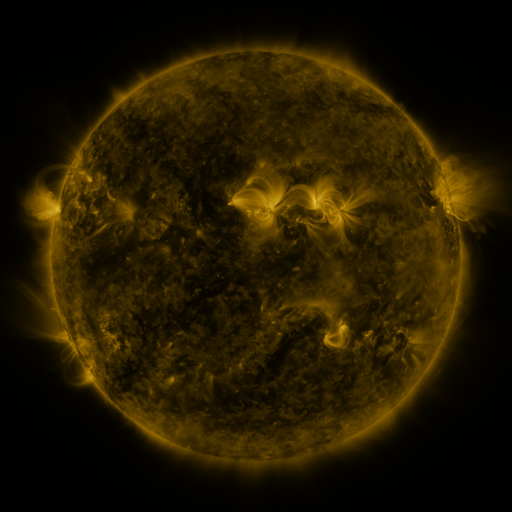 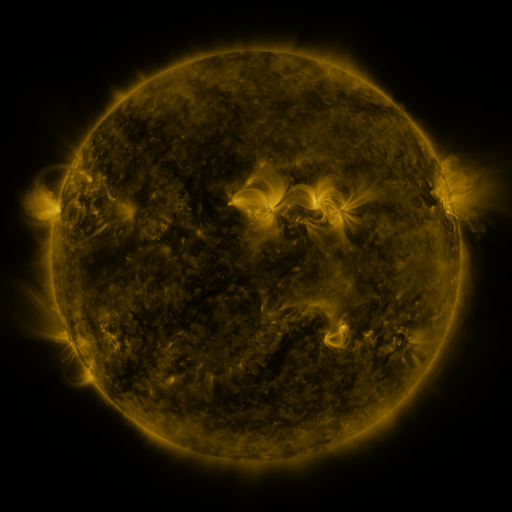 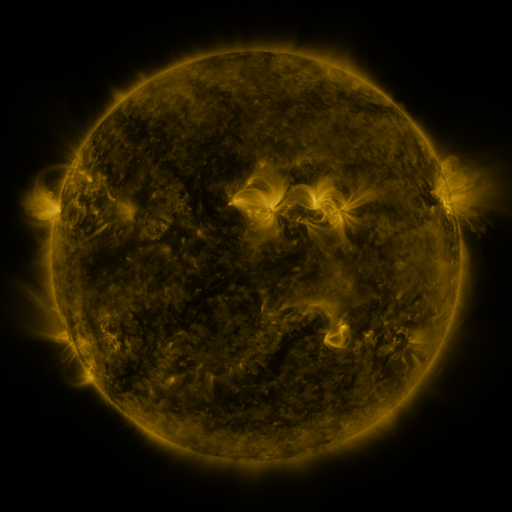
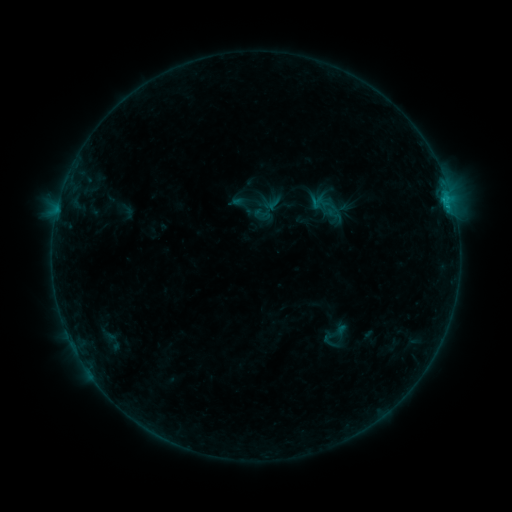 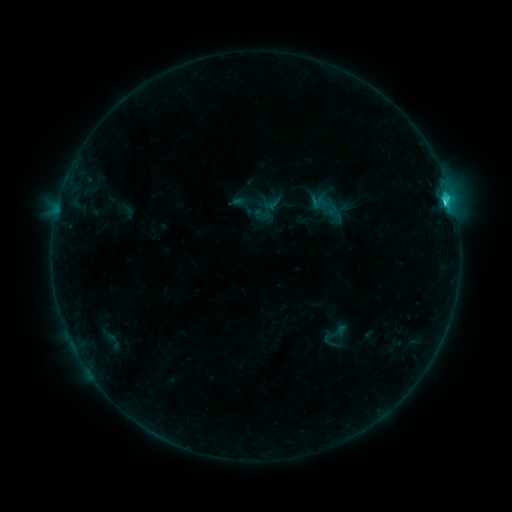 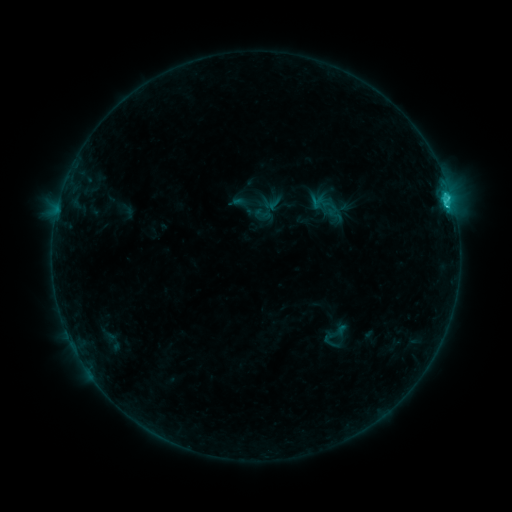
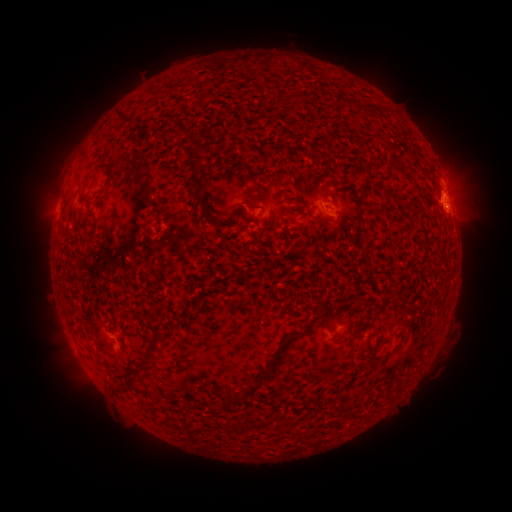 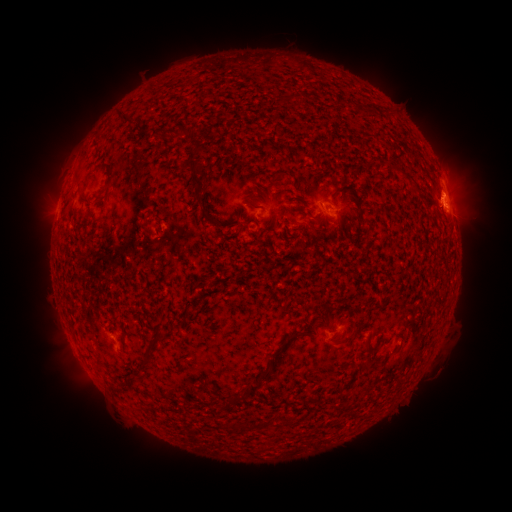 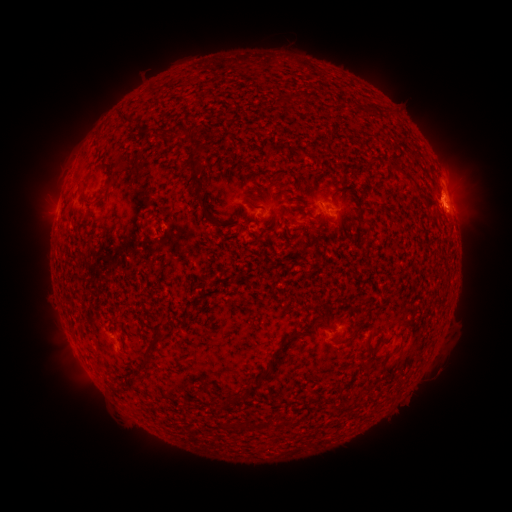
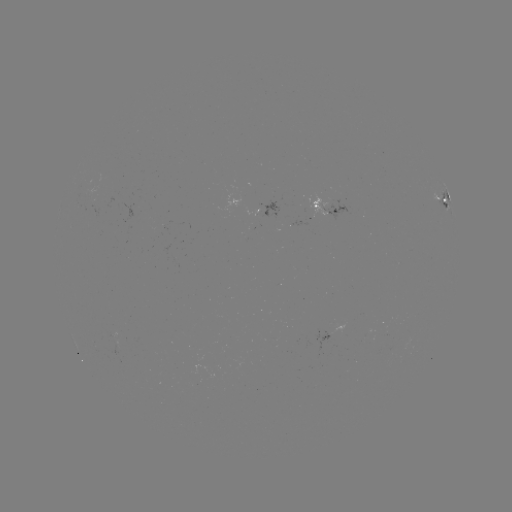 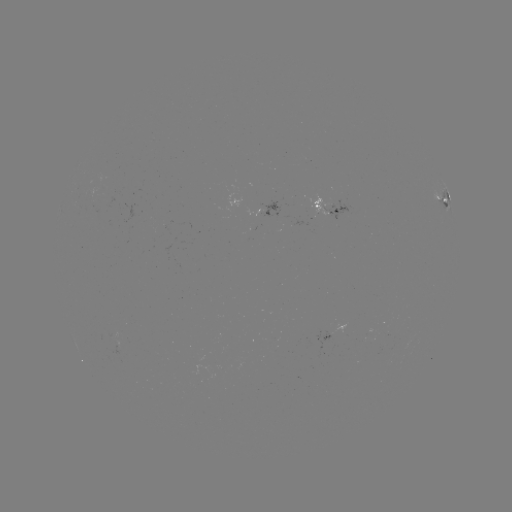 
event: flare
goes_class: C2.0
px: (444, 205)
